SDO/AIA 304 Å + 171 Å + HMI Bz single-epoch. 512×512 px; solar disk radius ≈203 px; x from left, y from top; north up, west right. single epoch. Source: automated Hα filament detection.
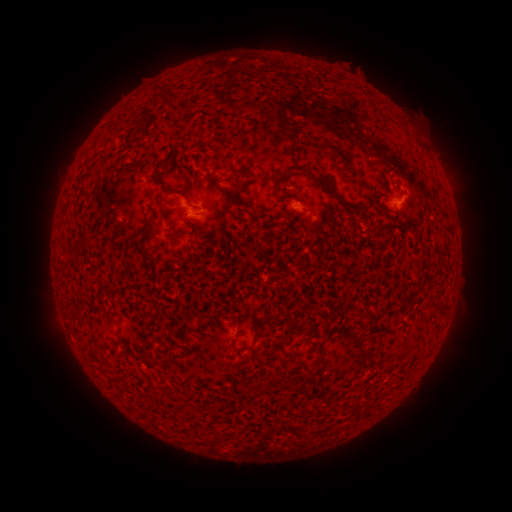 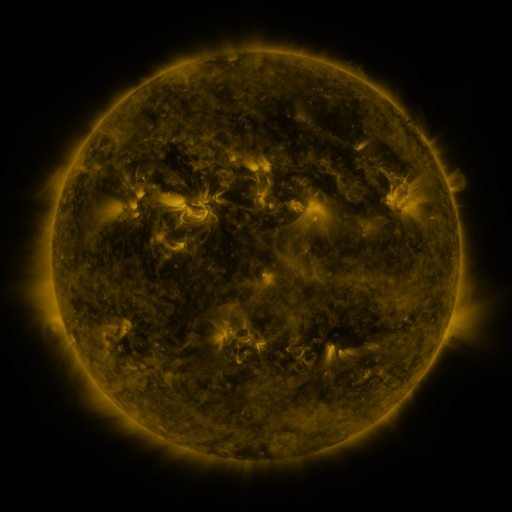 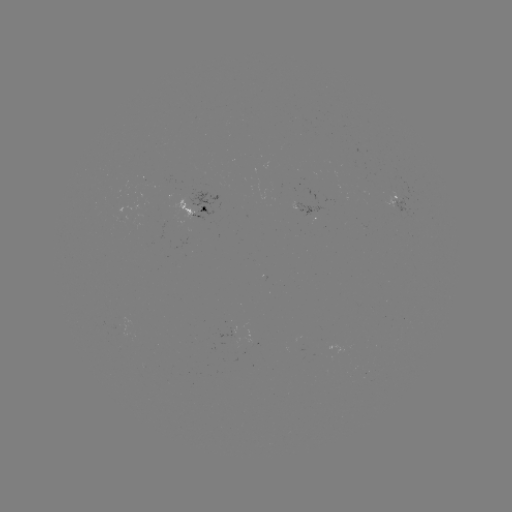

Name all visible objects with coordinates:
filament: (284, 163, 352, 209)
filament: (144, 217, 153, 232)
filament: (68, 243, 79, 253)
filament: (142, 244, 155, 263)
filament: (70, 313, 80, 320)
filament: (311, 346, 322, 370)
